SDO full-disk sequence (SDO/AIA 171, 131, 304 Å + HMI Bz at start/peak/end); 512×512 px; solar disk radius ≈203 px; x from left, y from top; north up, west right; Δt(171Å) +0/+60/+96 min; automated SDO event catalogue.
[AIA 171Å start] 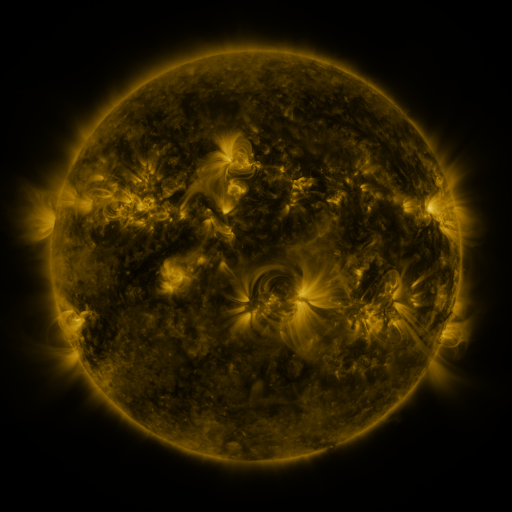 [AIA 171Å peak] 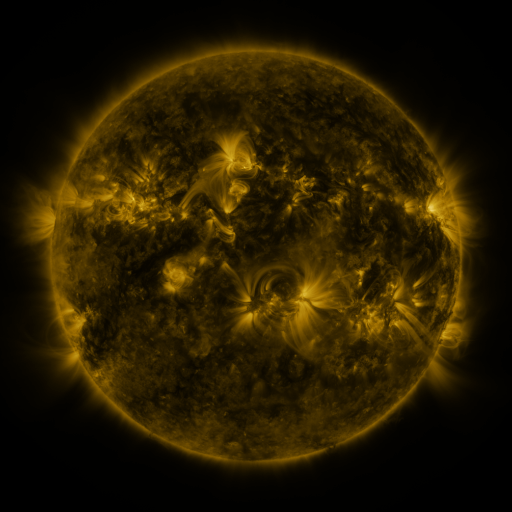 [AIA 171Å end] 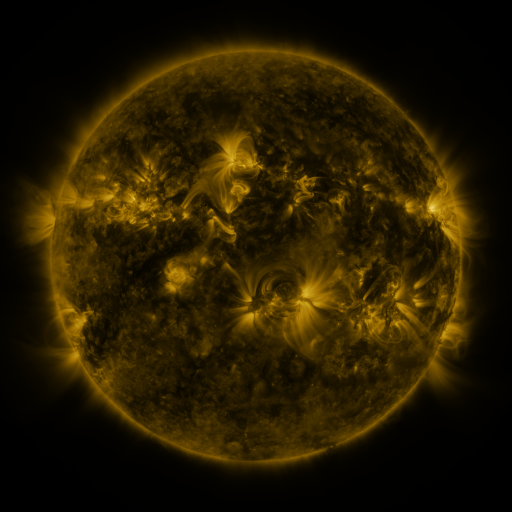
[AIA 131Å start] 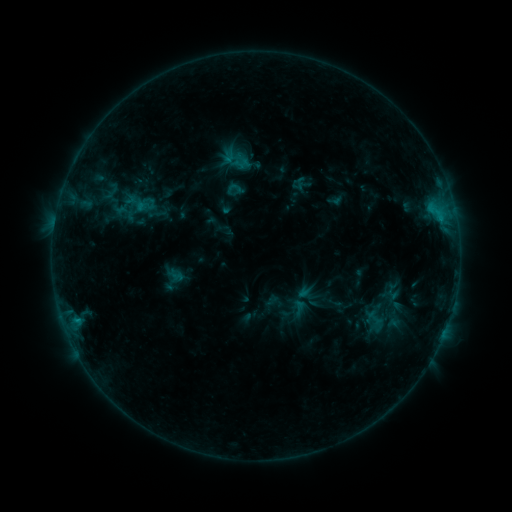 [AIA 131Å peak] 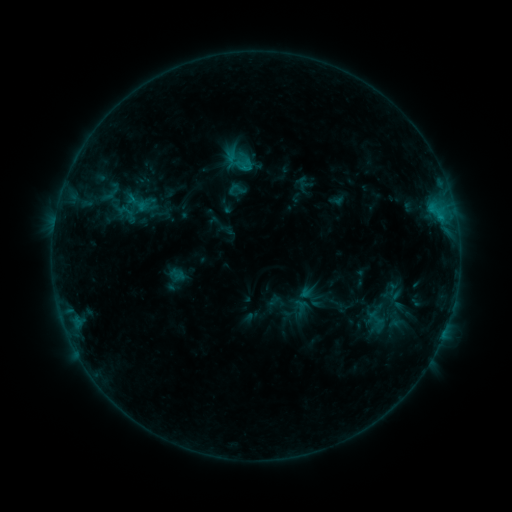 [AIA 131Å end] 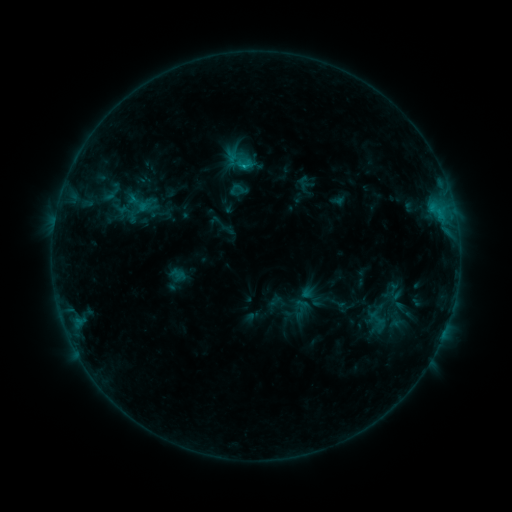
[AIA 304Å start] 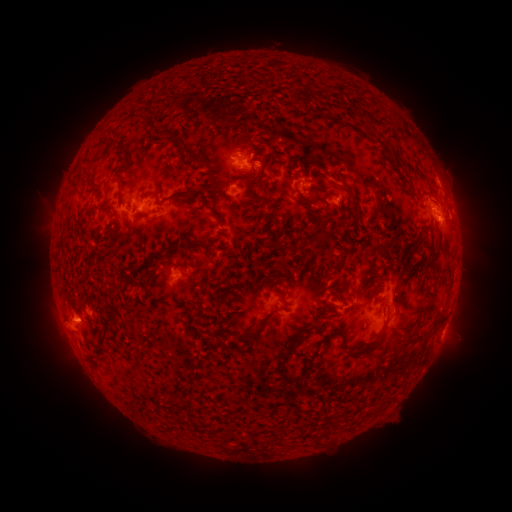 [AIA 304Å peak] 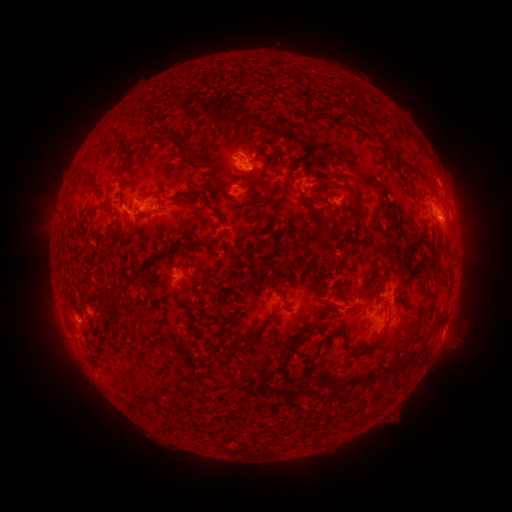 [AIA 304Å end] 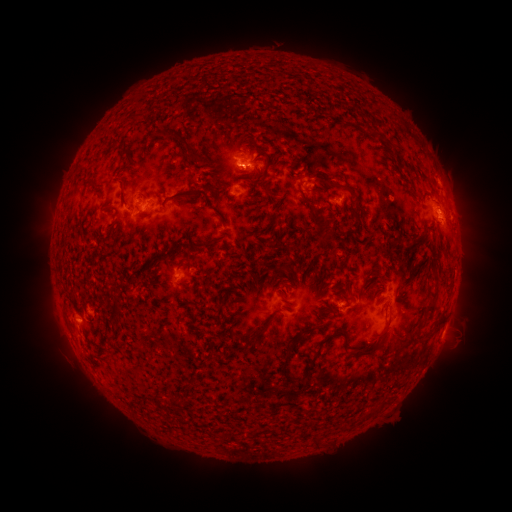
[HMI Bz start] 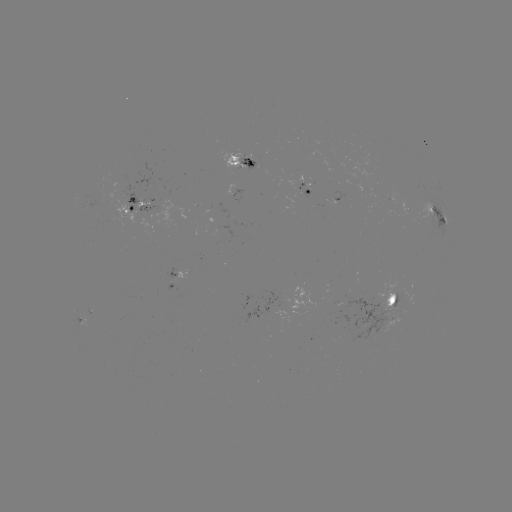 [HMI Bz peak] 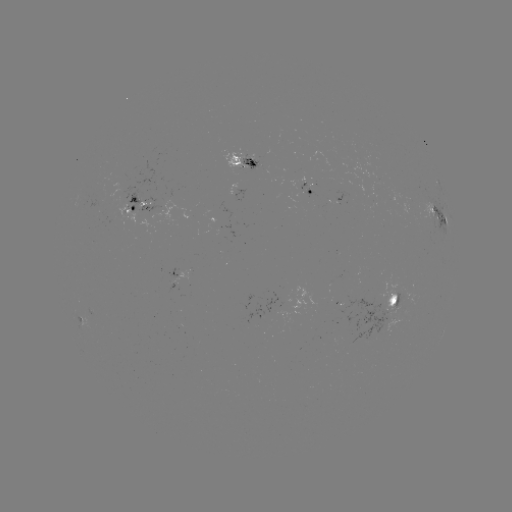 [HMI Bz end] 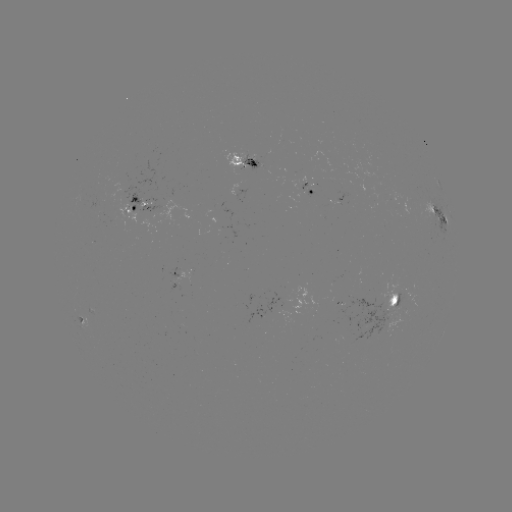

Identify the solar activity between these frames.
emerging-flux region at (306, 183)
